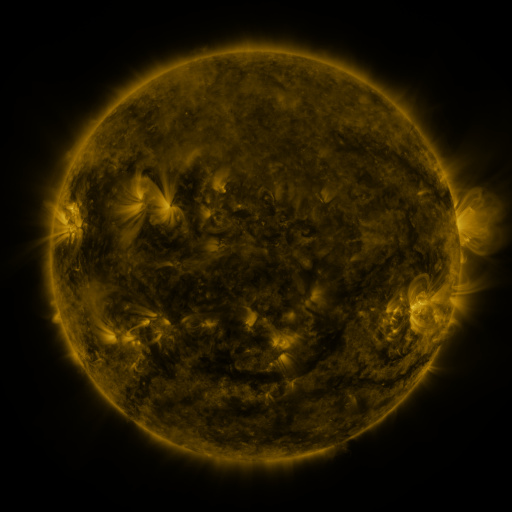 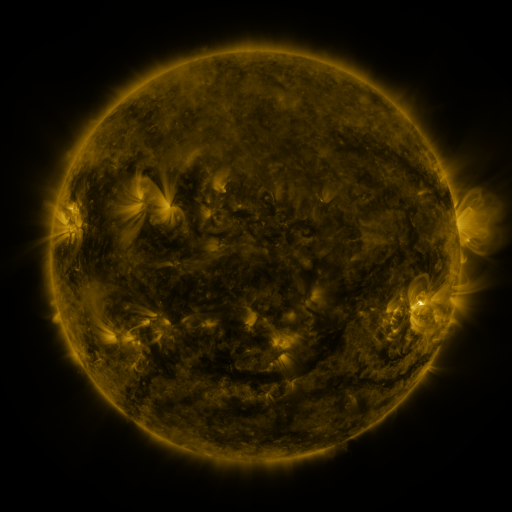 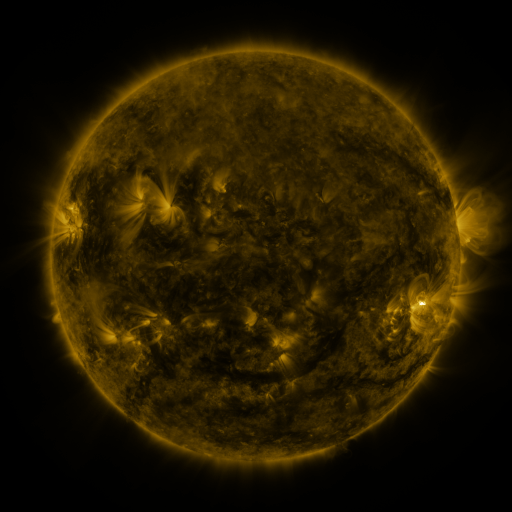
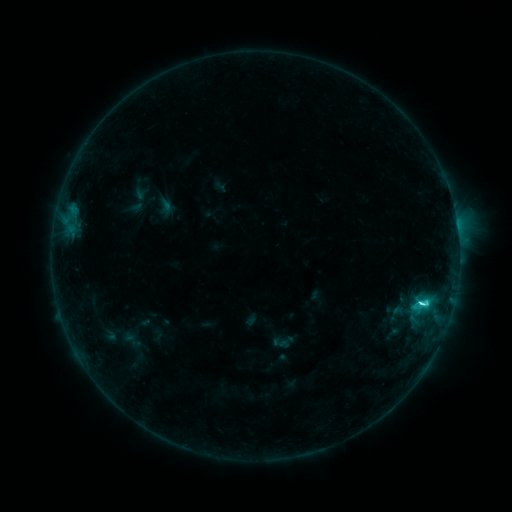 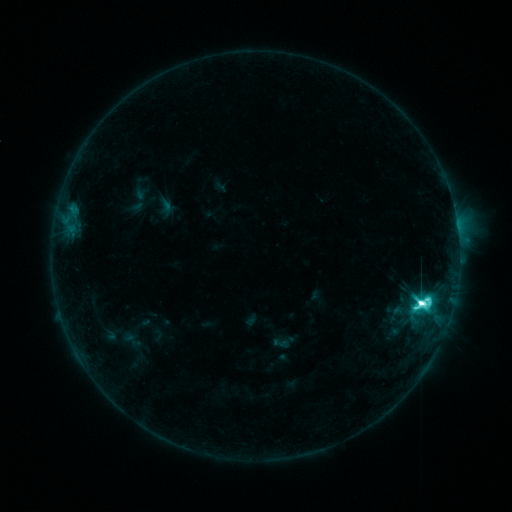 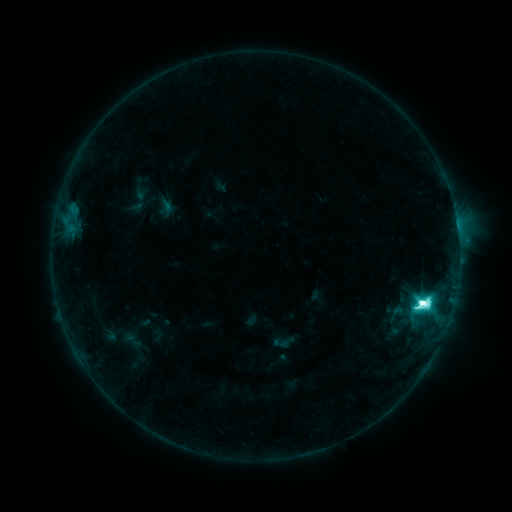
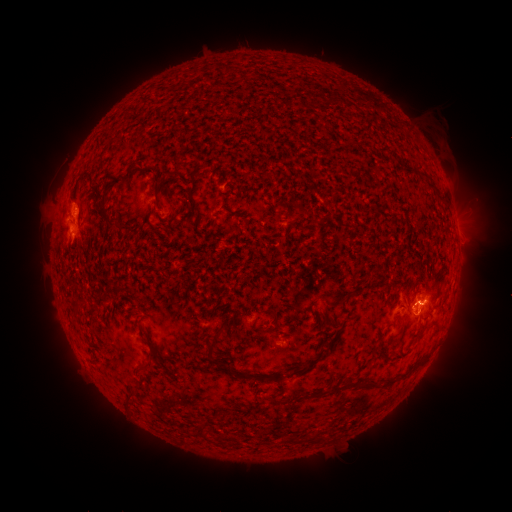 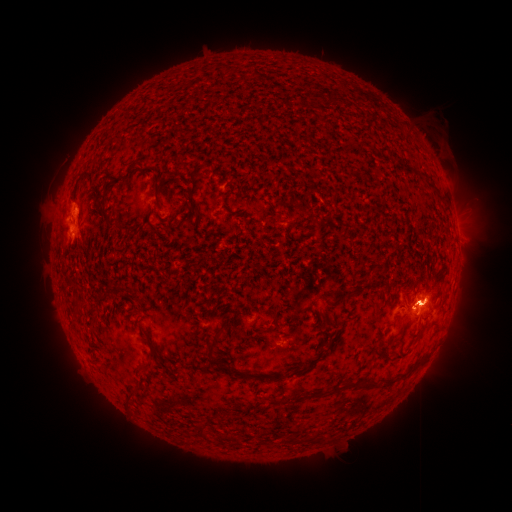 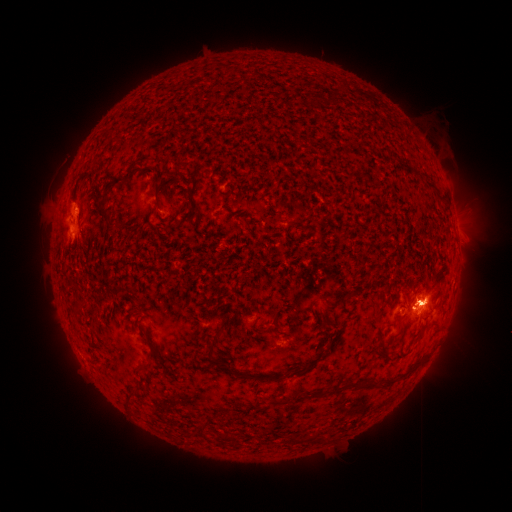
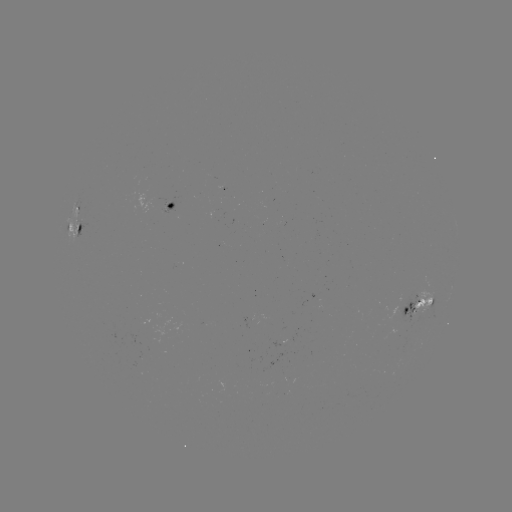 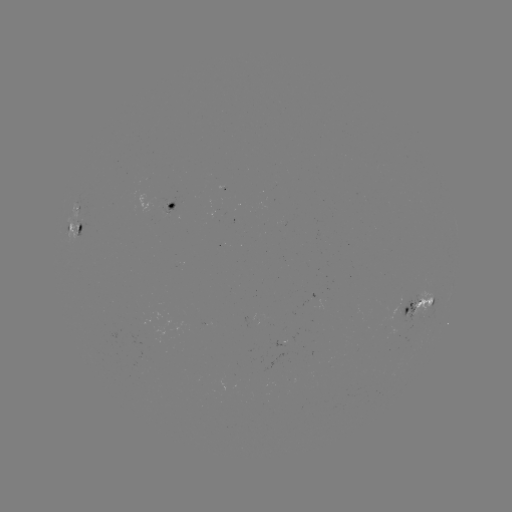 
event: eruption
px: (56, 219)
